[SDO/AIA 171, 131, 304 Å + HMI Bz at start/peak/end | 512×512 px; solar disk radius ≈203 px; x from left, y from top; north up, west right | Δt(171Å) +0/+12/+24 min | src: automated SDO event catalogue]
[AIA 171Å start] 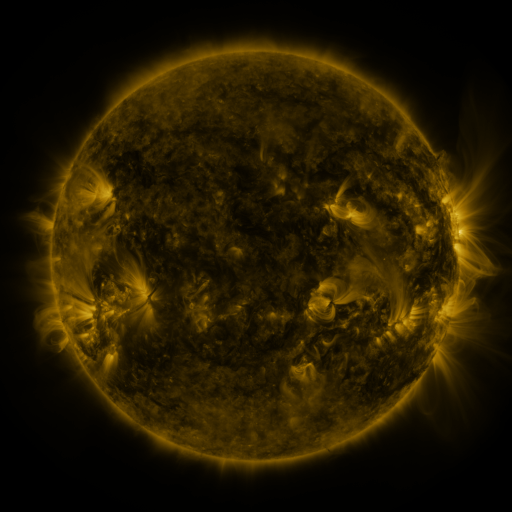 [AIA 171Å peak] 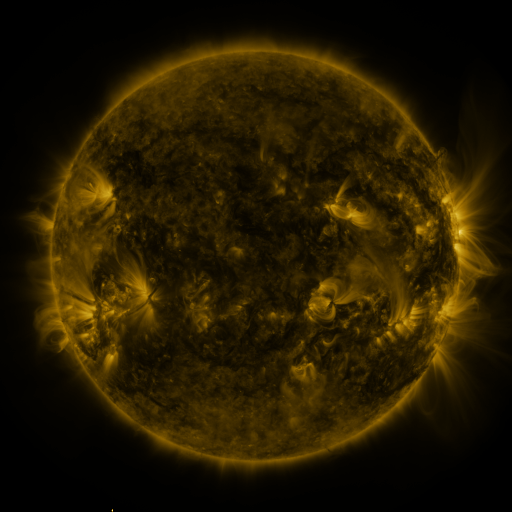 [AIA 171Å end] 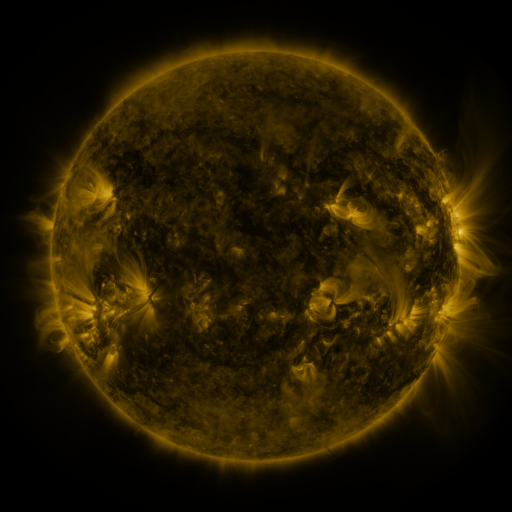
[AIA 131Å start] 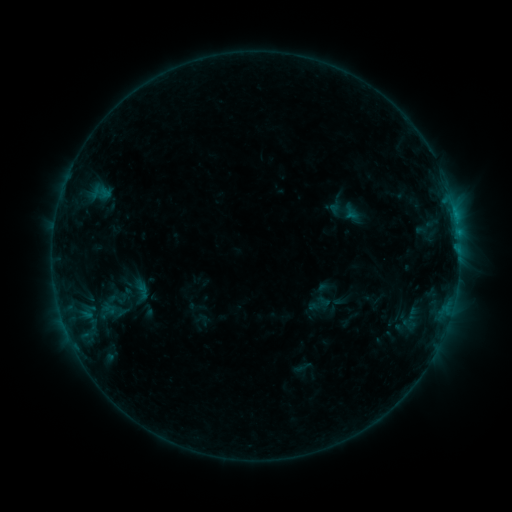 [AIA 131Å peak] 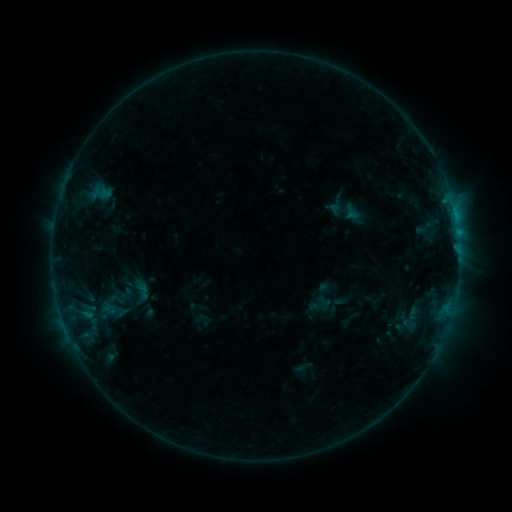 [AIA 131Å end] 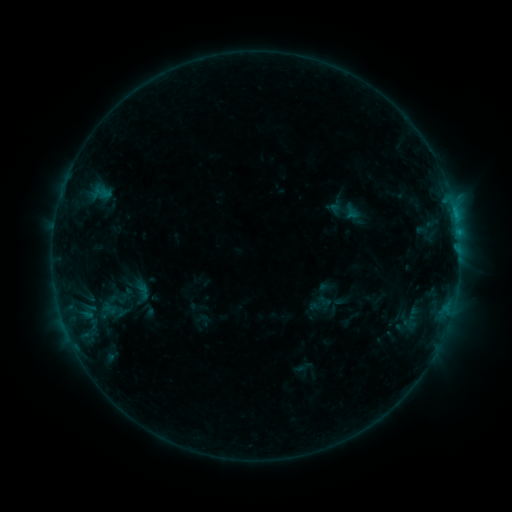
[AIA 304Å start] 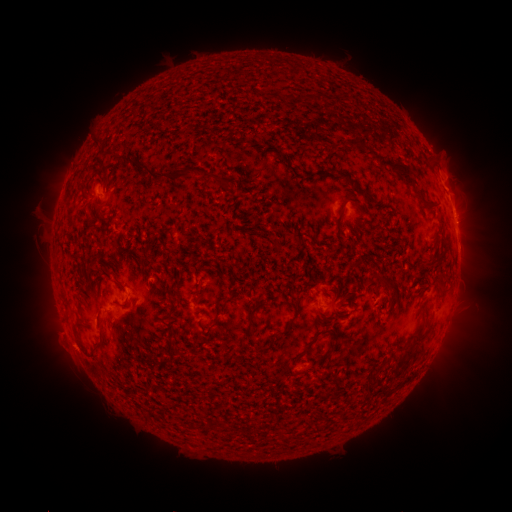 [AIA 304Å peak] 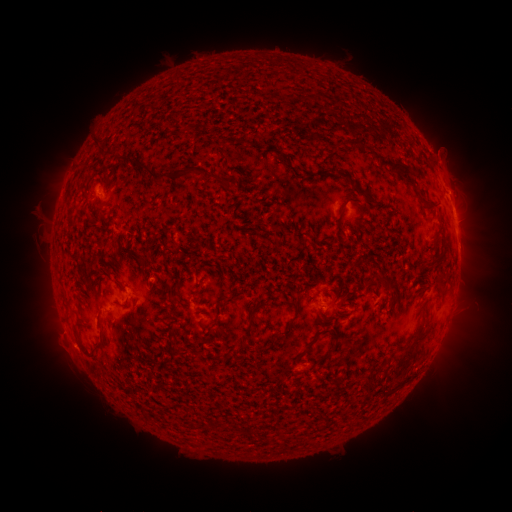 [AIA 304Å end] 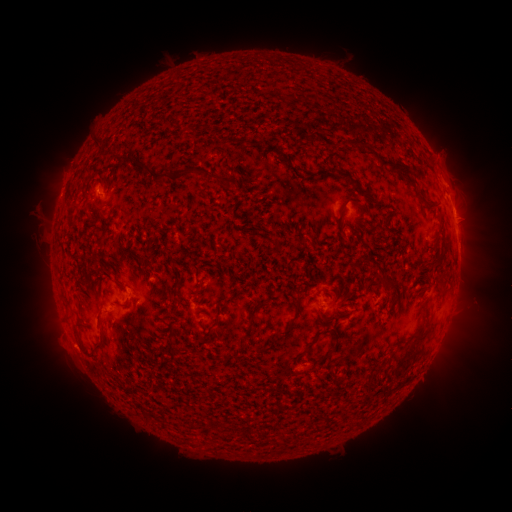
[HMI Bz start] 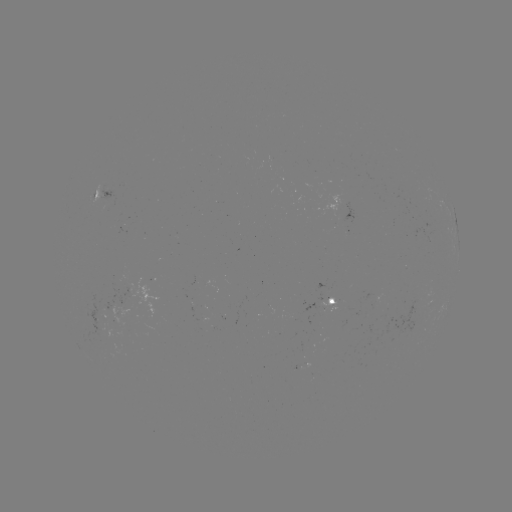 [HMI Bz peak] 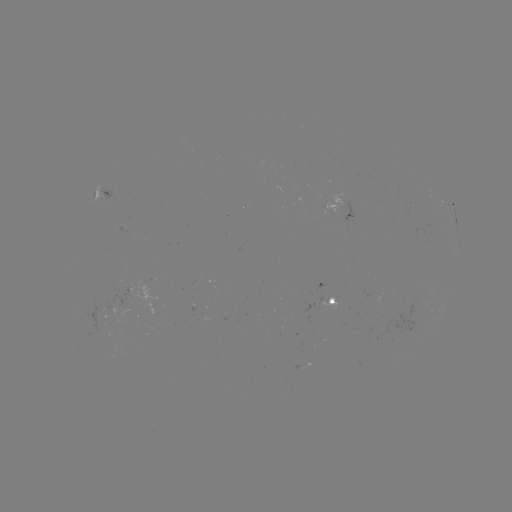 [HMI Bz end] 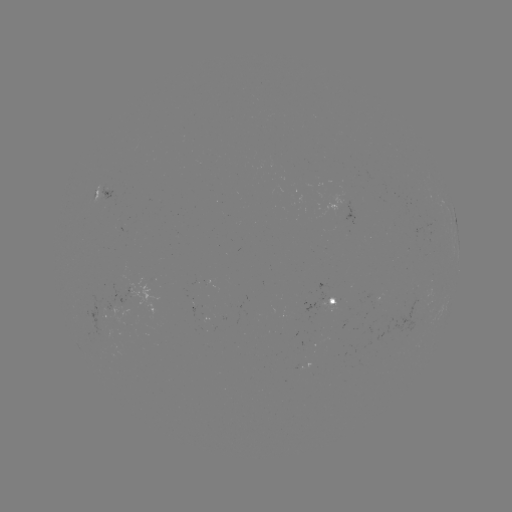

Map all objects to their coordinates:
eruption: (452, 179)
